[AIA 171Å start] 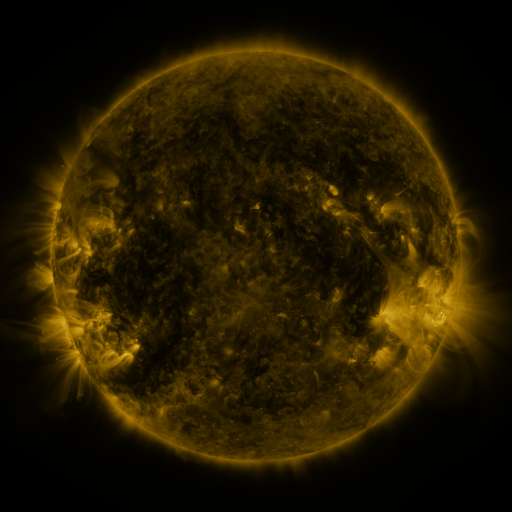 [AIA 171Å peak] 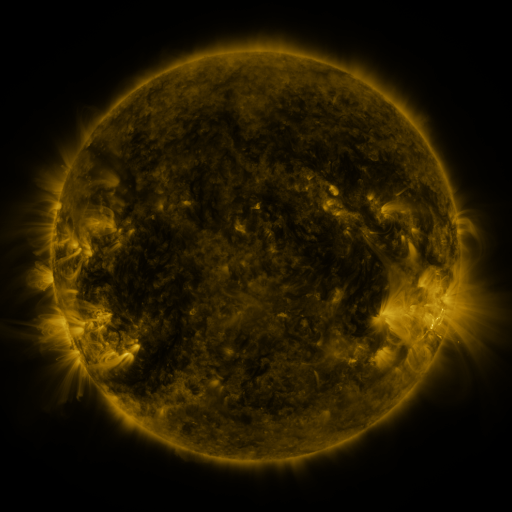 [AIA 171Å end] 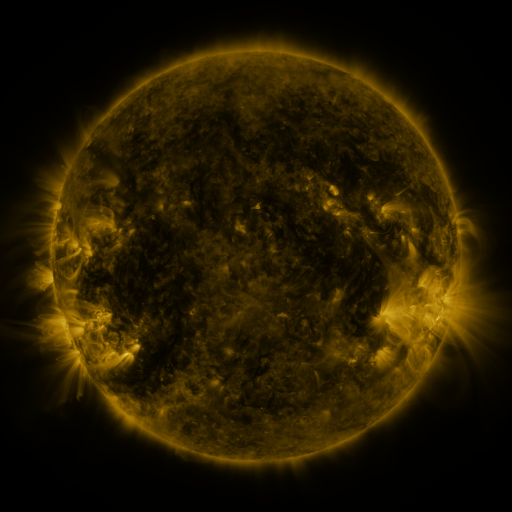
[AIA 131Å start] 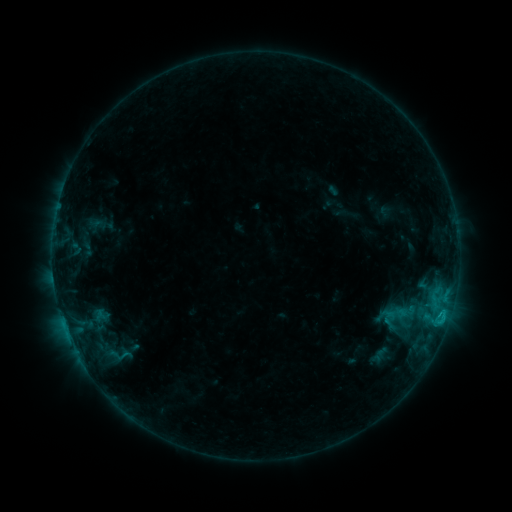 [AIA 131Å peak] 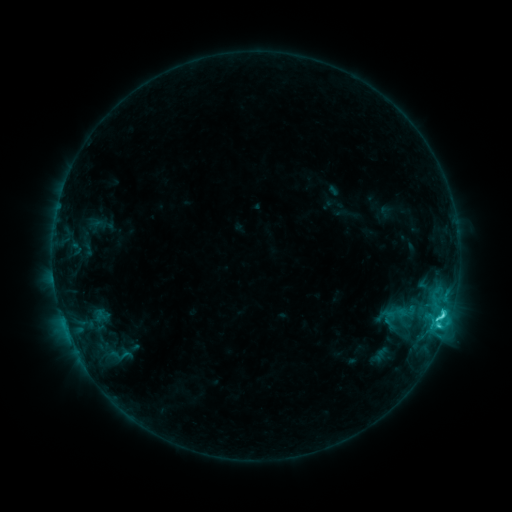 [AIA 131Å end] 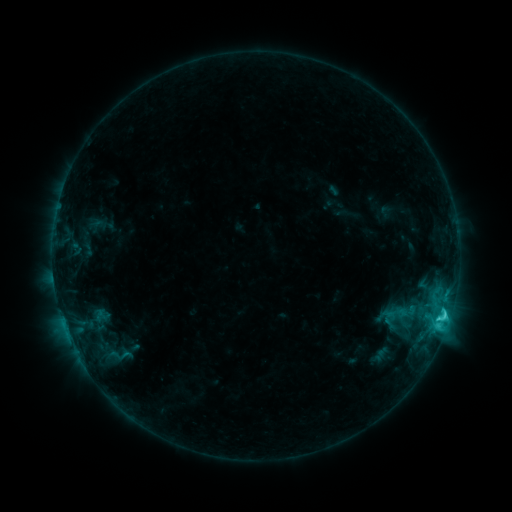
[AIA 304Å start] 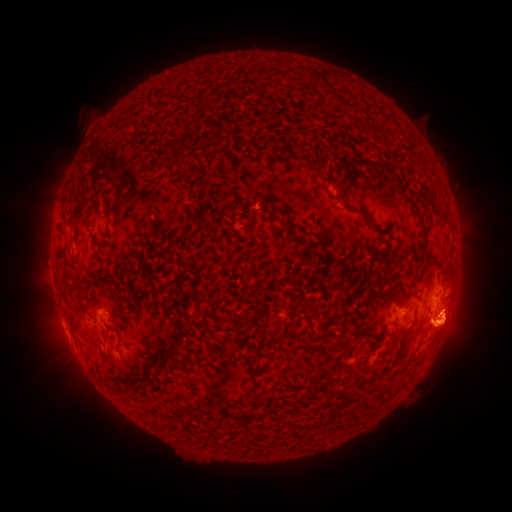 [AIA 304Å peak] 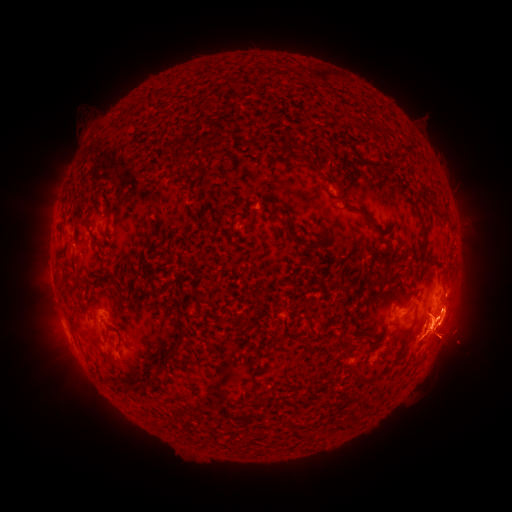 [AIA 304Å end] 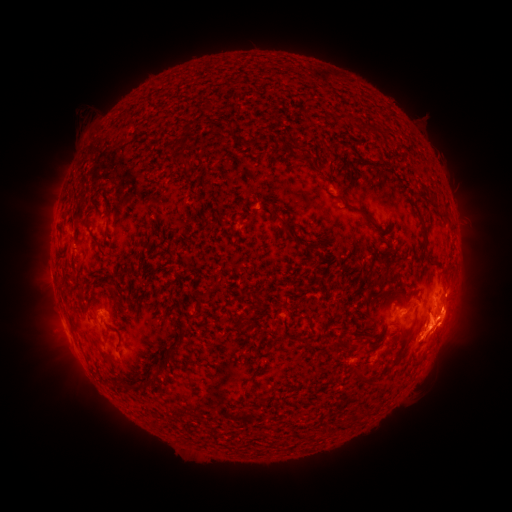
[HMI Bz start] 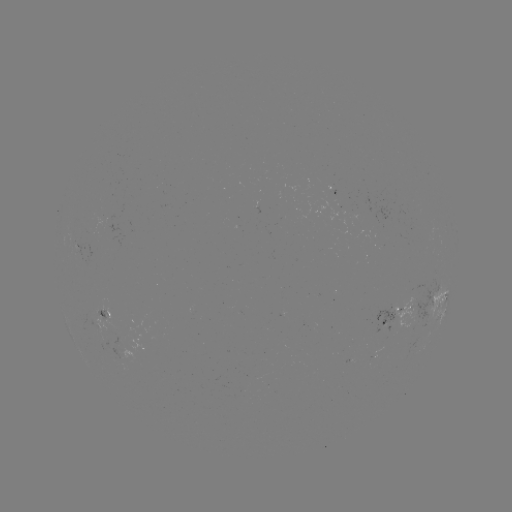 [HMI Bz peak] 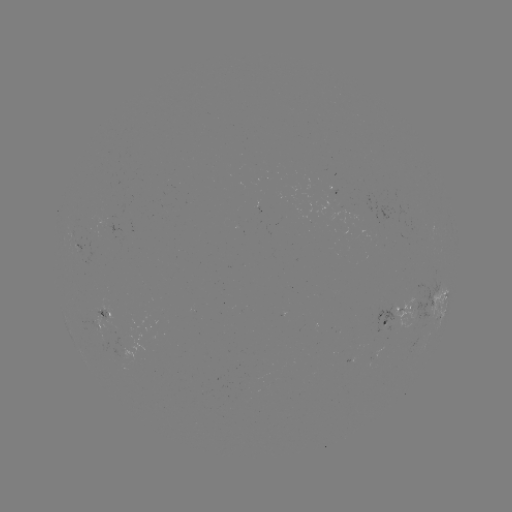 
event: flare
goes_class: C3.5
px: (443, 316)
